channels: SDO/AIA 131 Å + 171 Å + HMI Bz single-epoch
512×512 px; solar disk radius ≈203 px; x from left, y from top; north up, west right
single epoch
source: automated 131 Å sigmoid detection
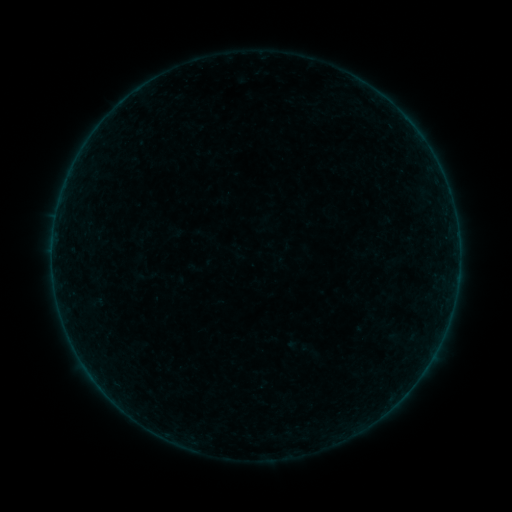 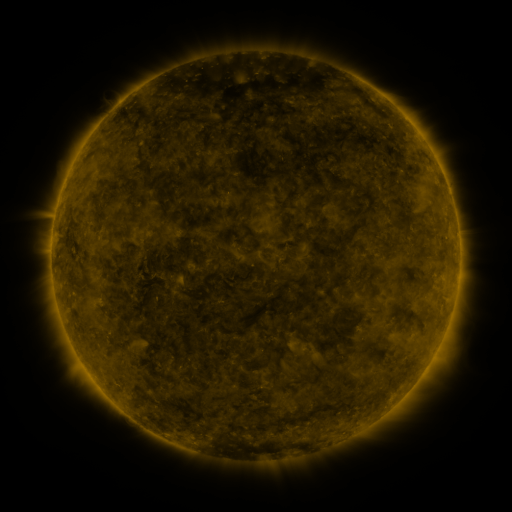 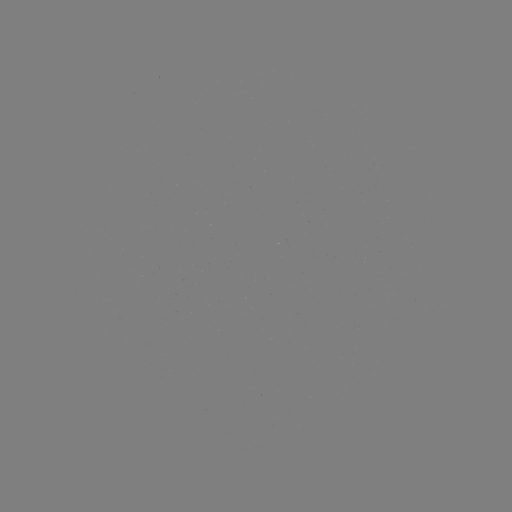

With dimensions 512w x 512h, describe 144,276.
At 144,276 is sigmoid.